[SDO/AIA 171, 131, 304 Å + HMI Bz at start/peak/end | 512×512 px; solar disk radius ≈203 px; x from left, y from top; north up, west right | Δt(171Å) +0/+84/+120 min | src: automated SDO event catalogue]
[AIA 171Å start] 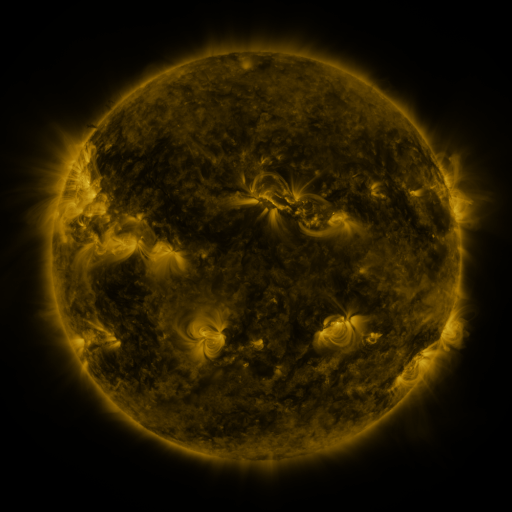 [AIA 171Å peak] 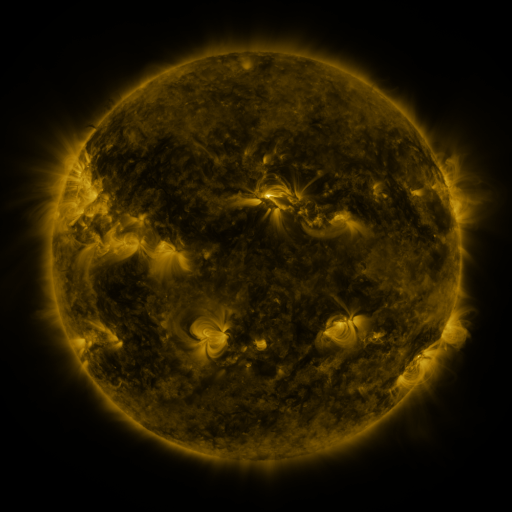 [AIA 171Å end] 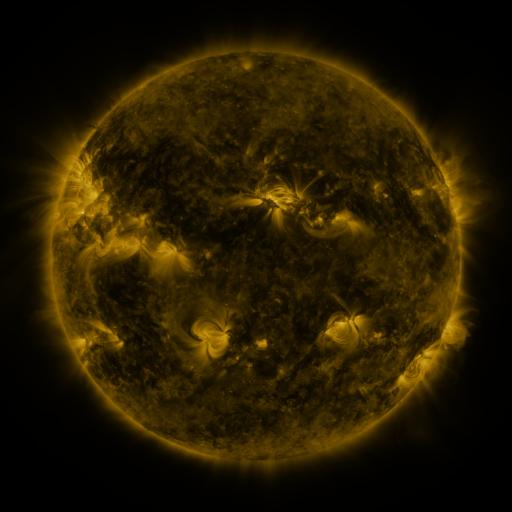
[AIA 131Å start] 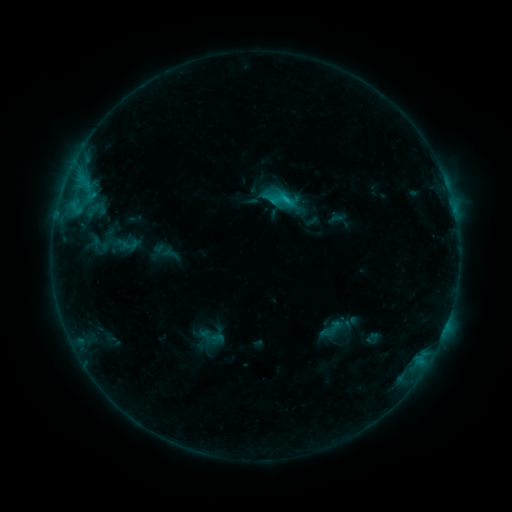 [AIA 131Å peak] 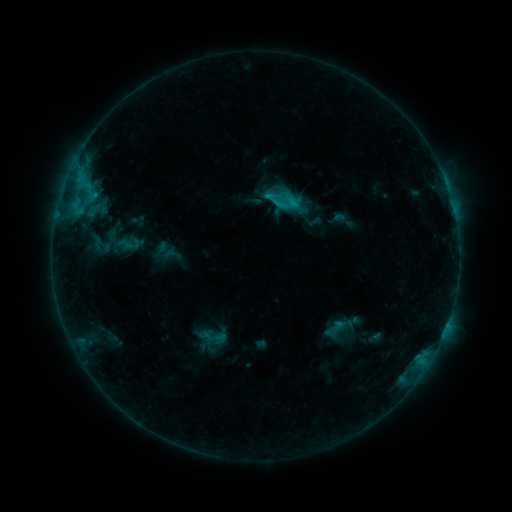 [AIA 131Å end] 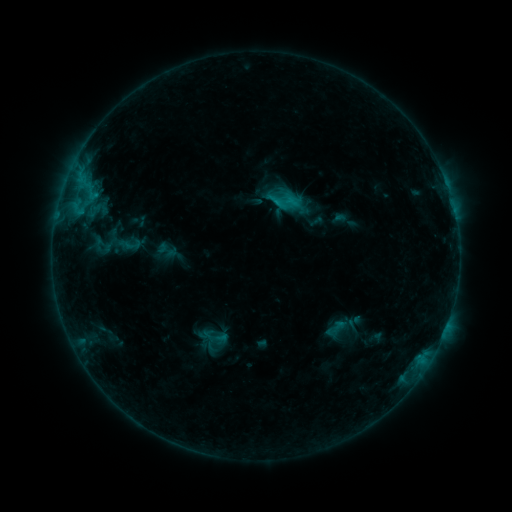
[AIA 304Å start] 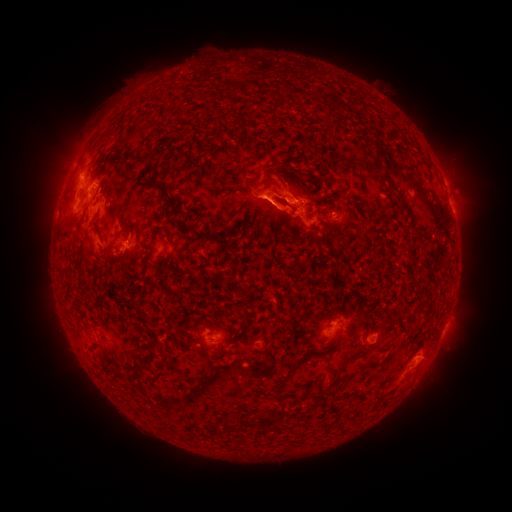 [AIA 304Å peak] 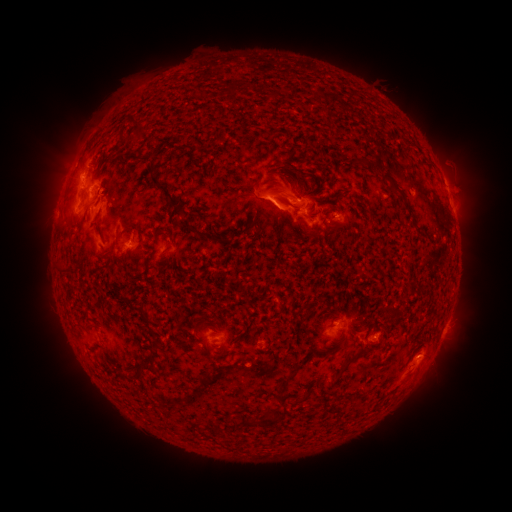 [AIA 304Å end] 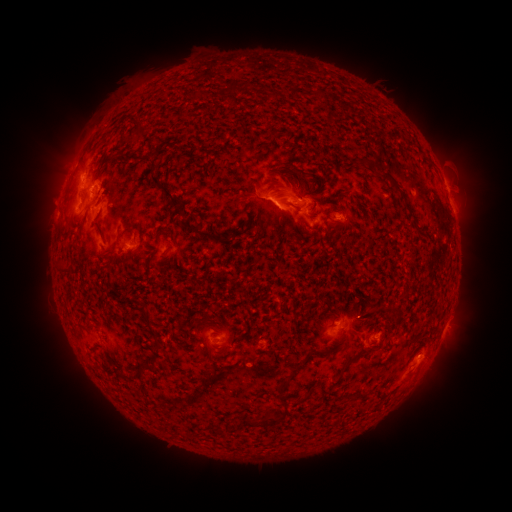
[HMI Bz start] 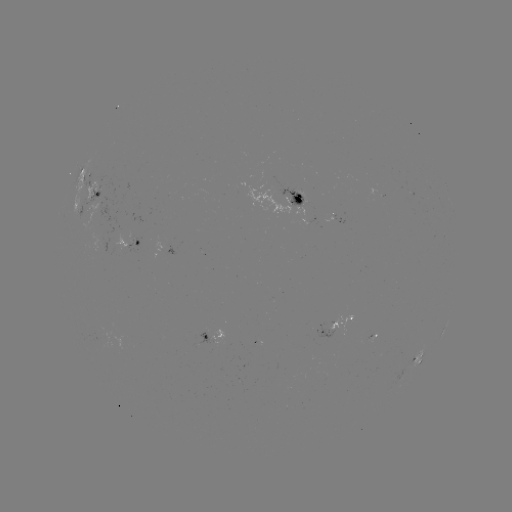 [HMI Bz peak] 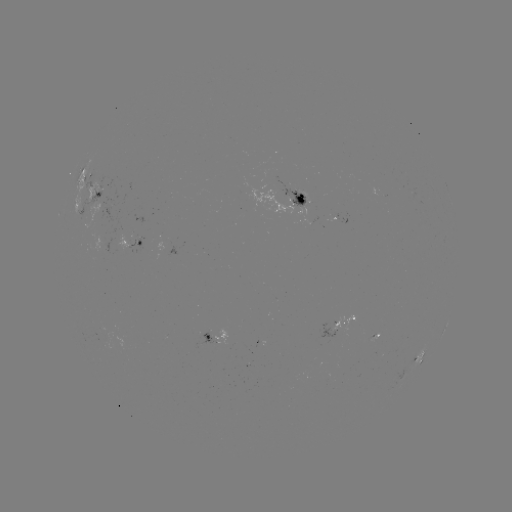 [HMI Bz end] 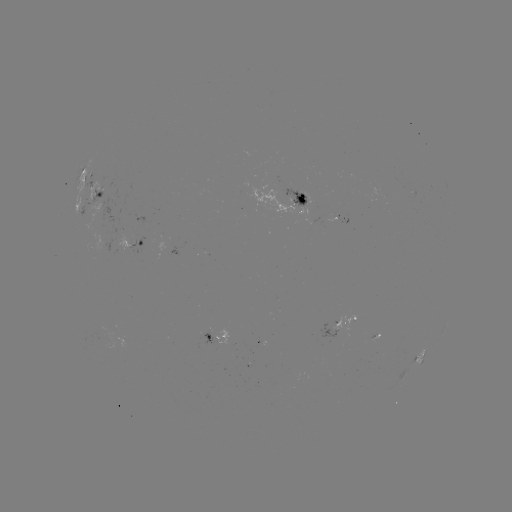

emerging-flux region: (115, 232, 128, 248)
